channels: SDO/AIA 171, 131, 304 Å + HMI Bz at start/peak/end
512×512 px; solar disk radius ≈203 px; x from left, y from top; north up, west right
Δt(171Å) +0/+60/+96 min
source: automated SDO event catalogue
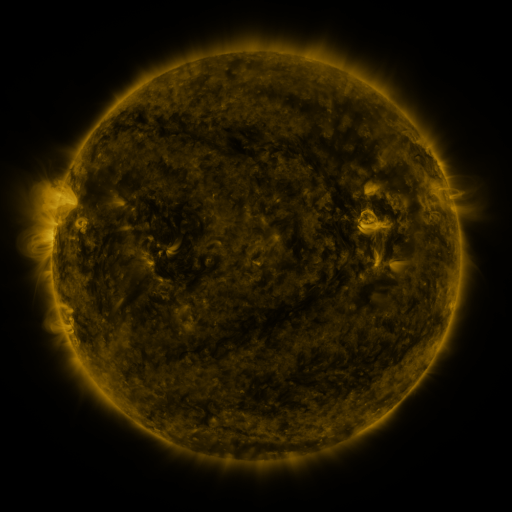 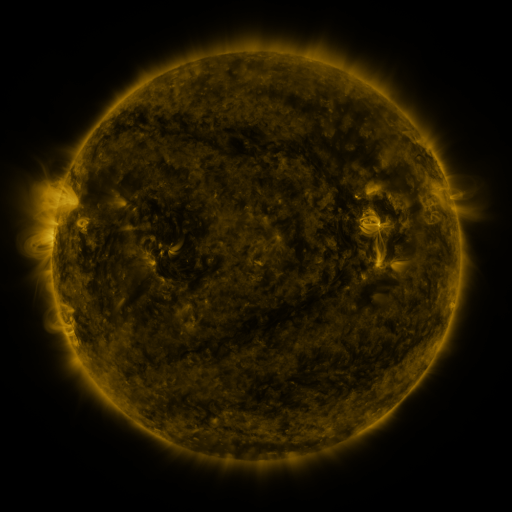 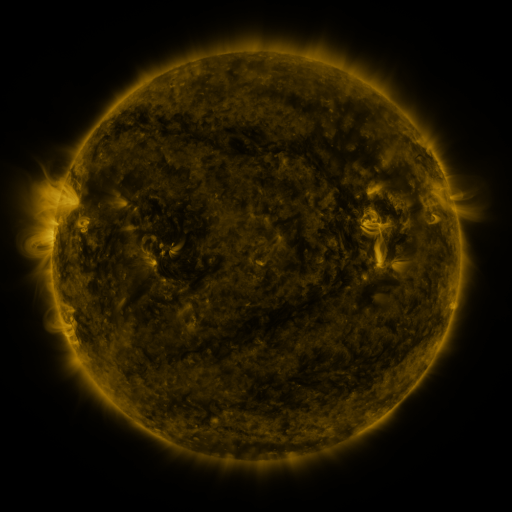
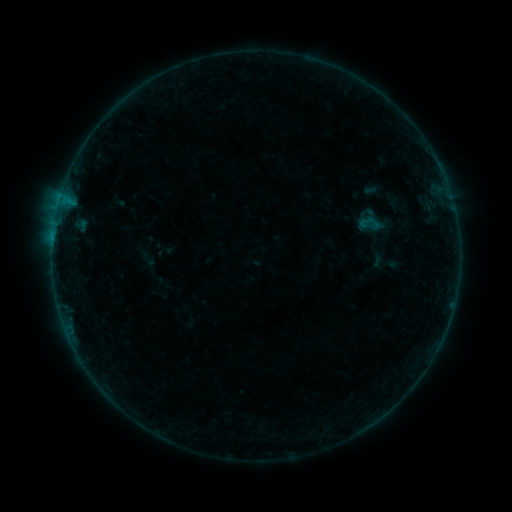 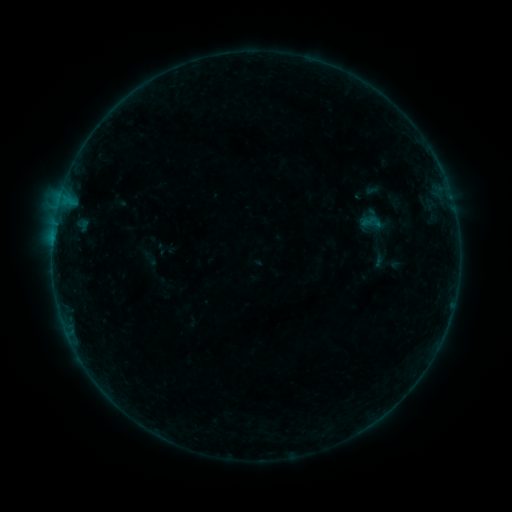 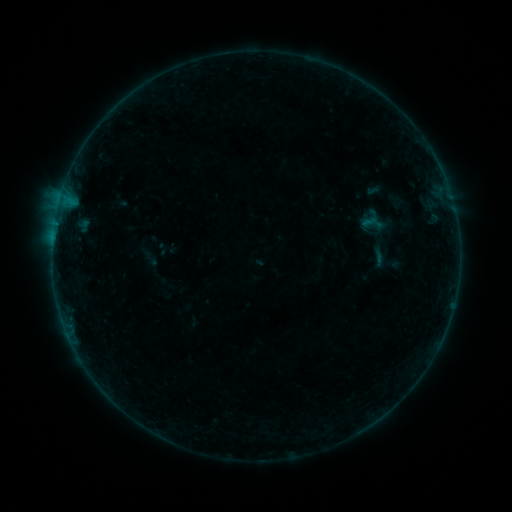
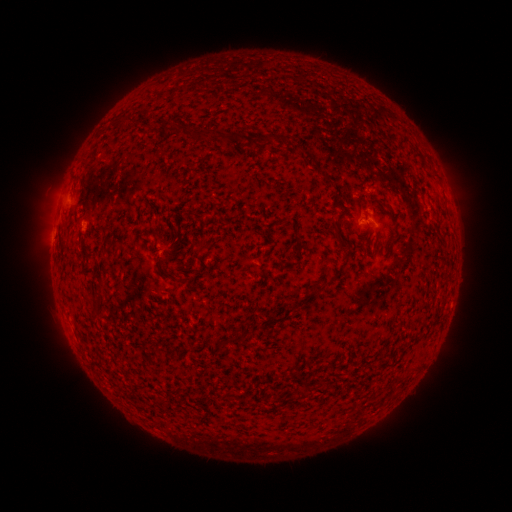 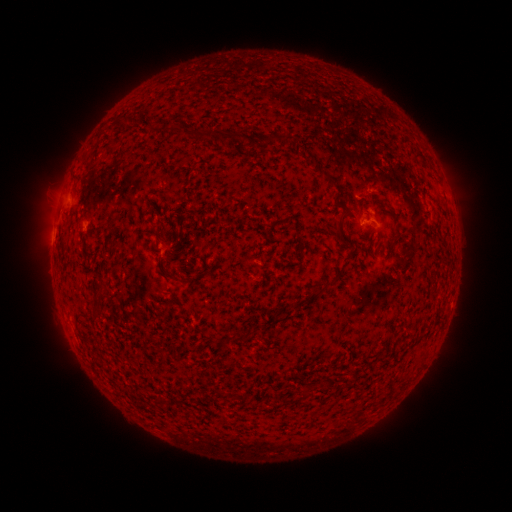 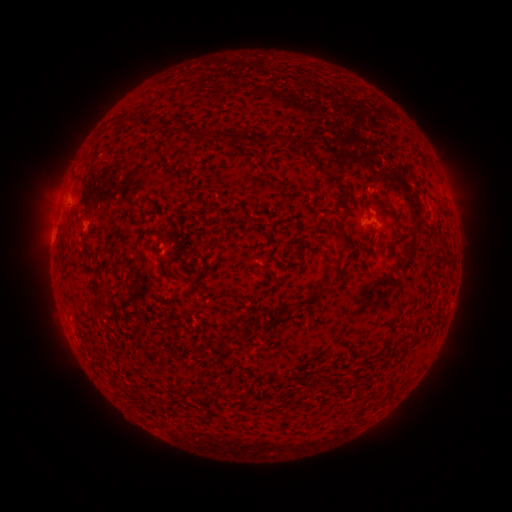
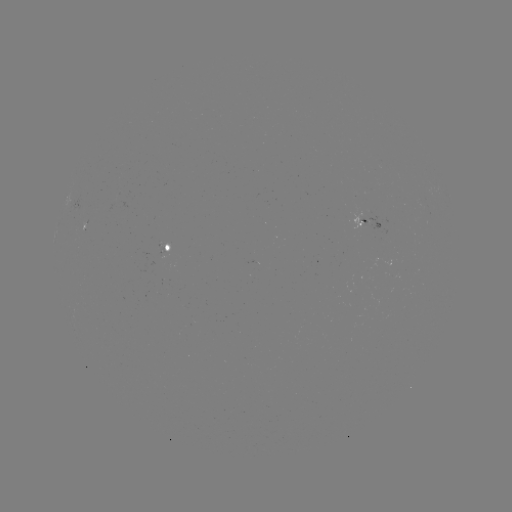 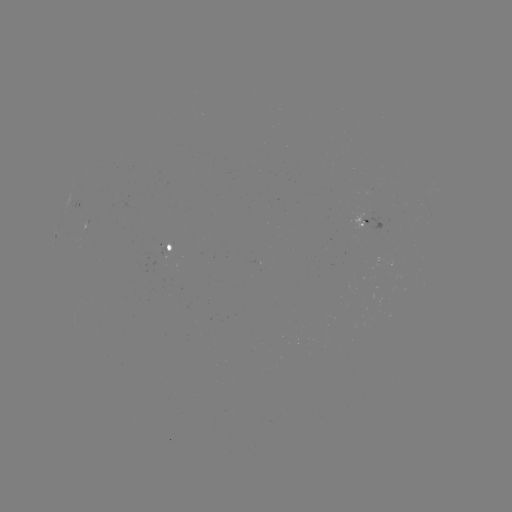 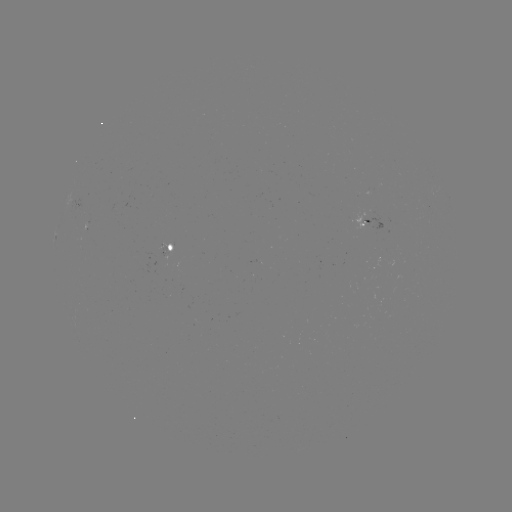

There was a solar emerging-flux region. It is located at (166, 252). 